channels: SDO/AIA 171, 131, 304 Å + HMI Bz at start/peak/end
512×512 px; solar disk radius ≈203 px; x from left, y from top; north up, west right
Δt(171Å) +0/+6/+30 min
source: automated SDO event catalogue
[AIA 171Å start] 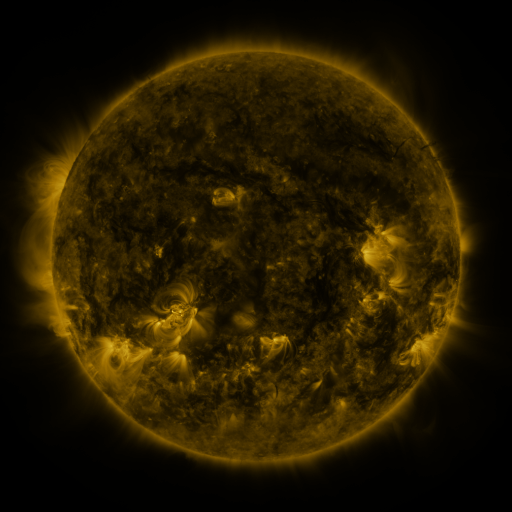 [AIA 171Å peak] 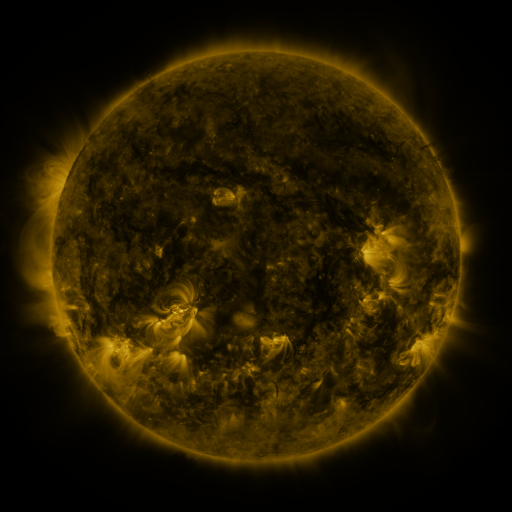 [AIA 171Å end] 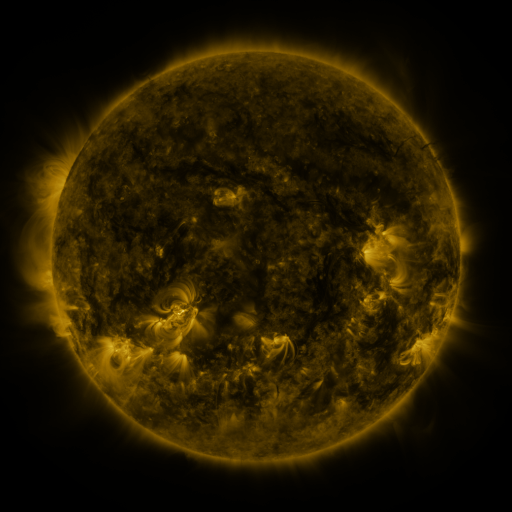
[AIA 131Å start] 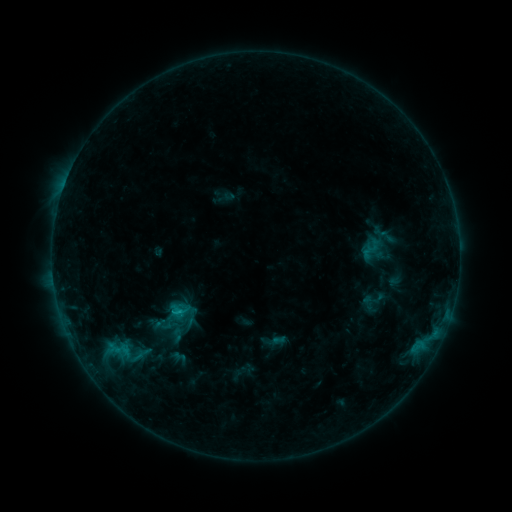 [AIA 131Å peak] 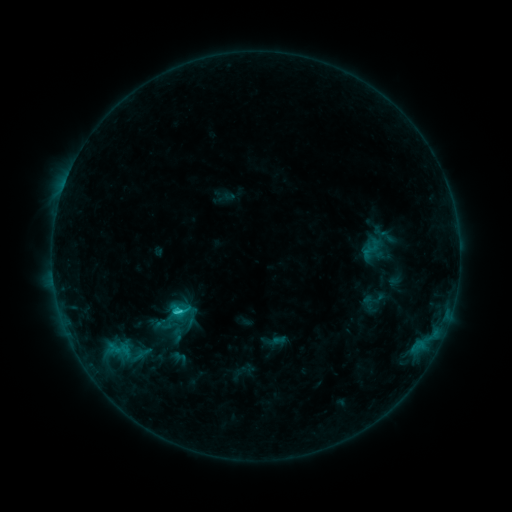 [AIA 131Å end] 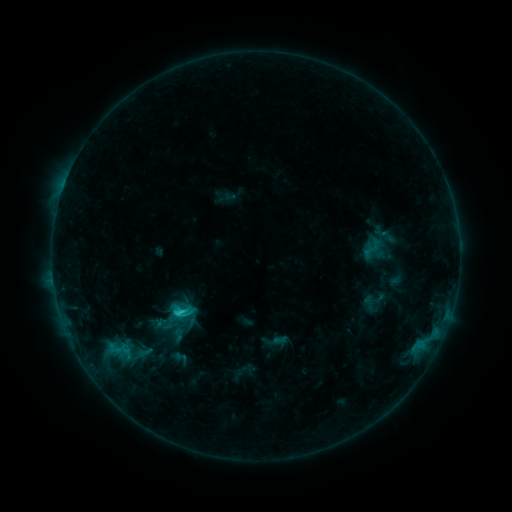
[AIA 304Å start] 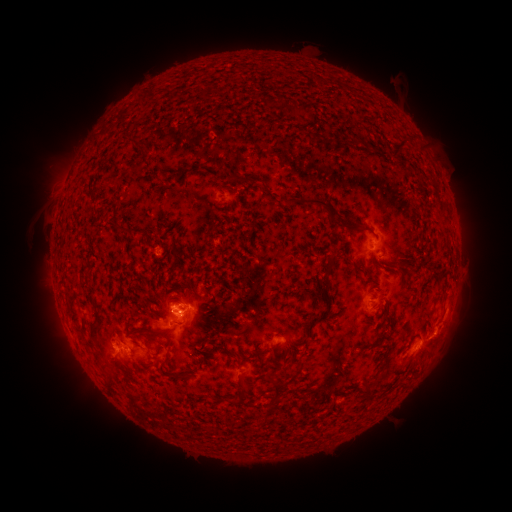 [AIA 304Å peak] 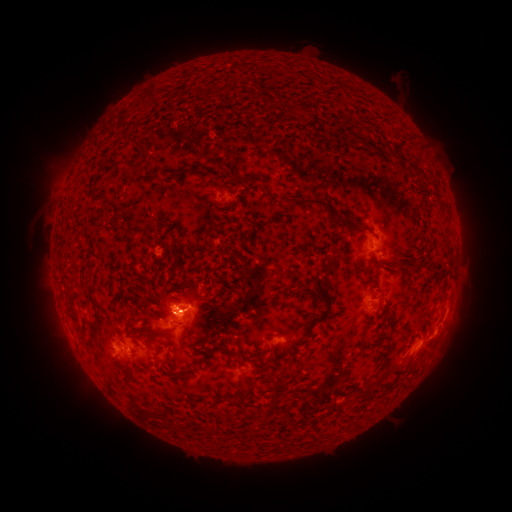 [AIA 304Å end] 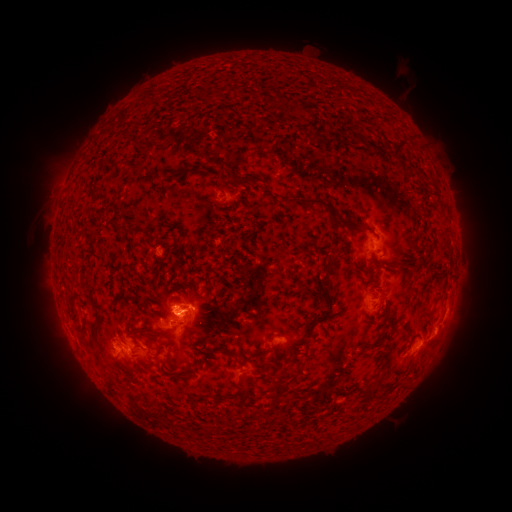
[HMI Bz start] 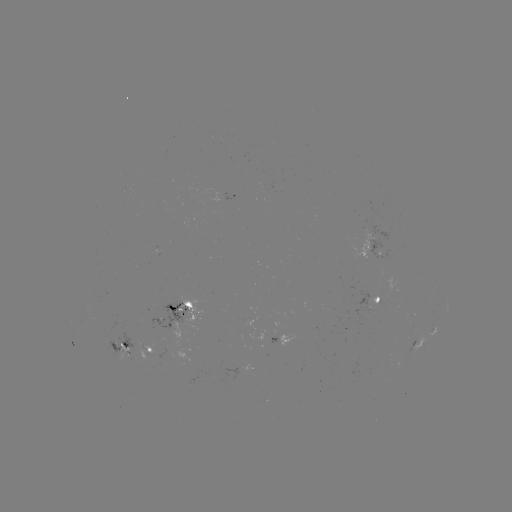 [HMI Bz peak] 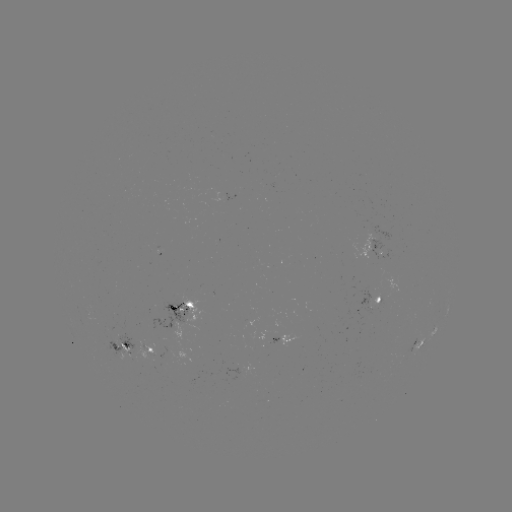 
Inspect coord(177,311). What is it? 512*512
C3.0 flare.